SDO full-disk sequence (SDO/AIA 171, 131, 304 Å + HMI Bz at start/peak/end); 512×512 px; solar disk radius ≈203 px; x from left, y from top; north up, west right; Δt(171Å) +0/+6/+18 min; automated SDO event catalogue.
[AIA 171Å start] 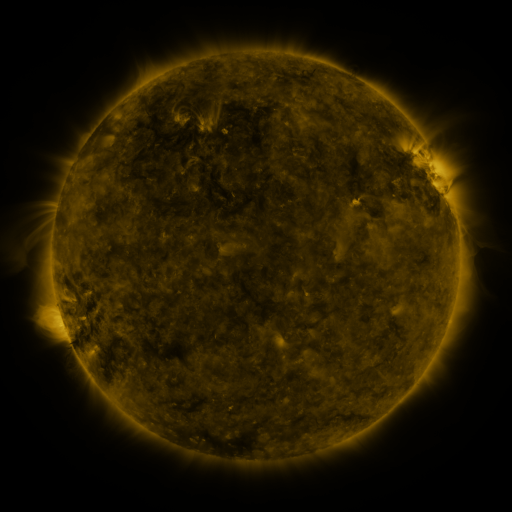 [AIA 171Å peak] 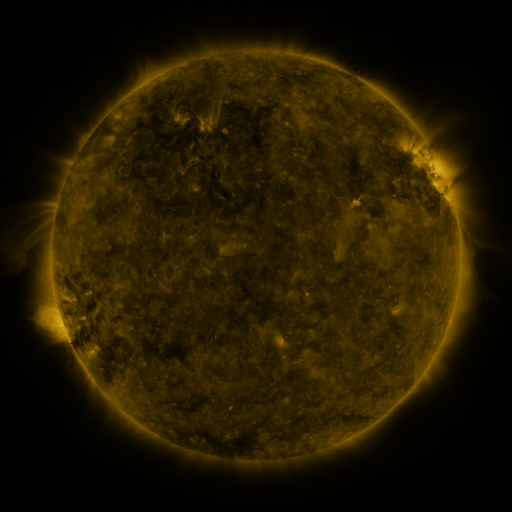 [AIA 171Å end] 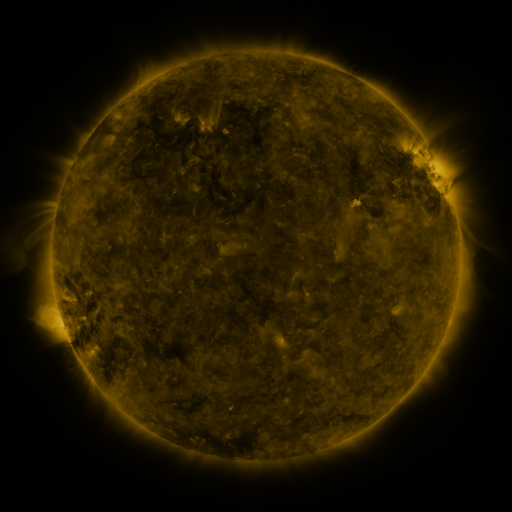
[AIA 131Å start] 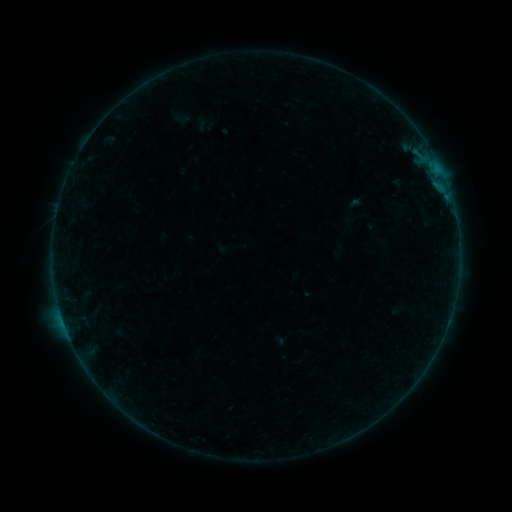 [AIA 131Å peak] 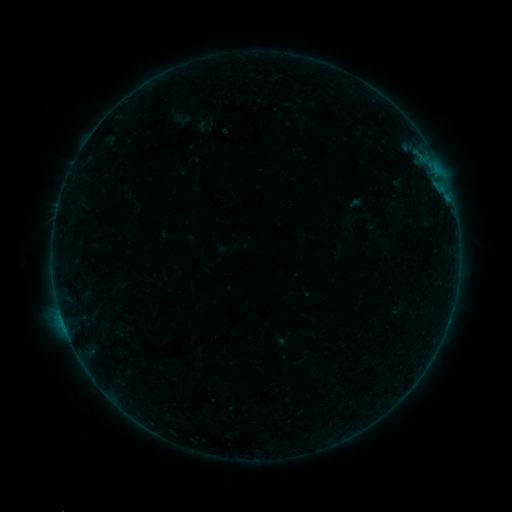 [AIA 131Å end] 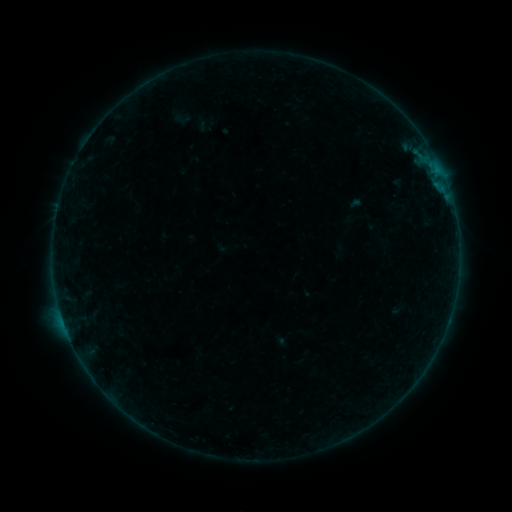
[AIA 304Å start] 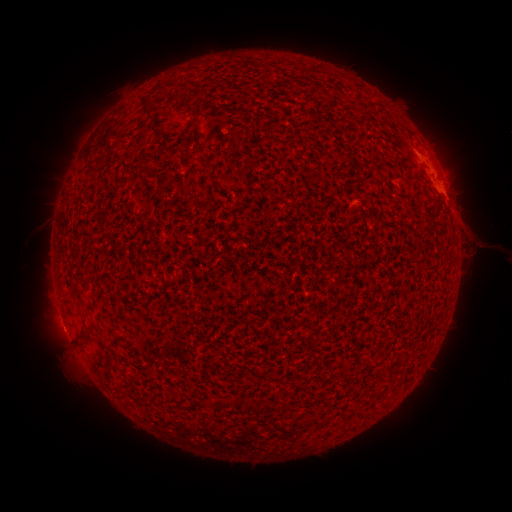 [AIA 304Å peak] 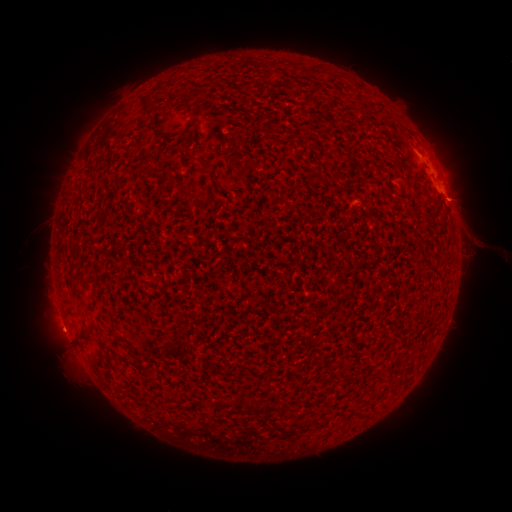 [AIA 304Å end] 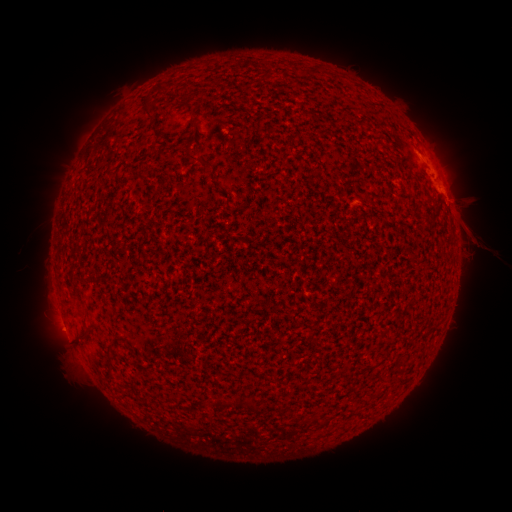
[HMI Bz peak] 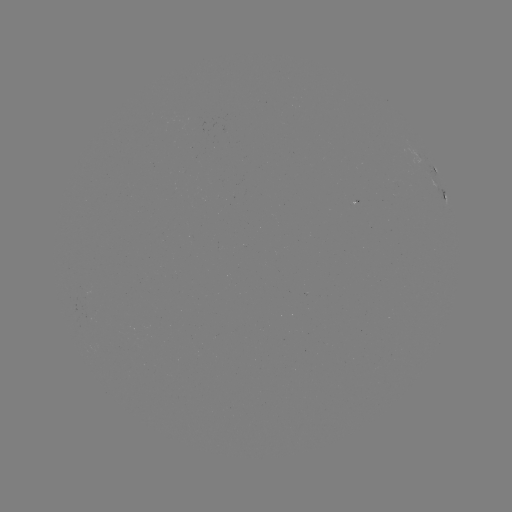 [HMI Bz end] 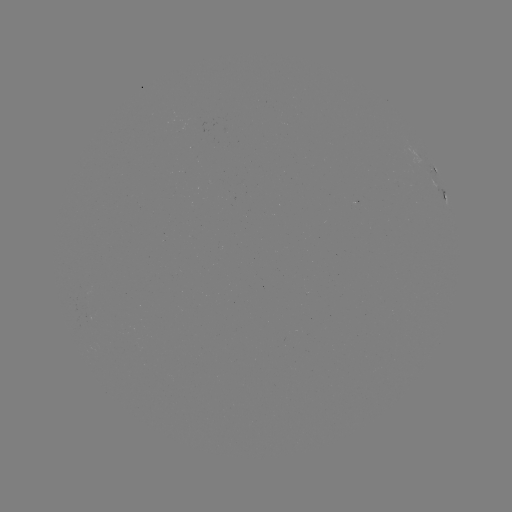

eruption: (436, 181, 489, 222)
